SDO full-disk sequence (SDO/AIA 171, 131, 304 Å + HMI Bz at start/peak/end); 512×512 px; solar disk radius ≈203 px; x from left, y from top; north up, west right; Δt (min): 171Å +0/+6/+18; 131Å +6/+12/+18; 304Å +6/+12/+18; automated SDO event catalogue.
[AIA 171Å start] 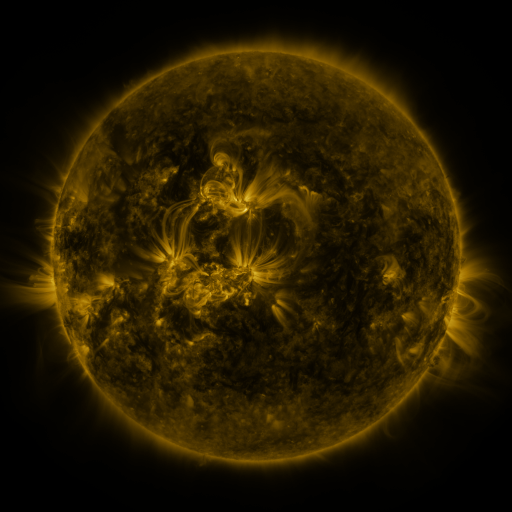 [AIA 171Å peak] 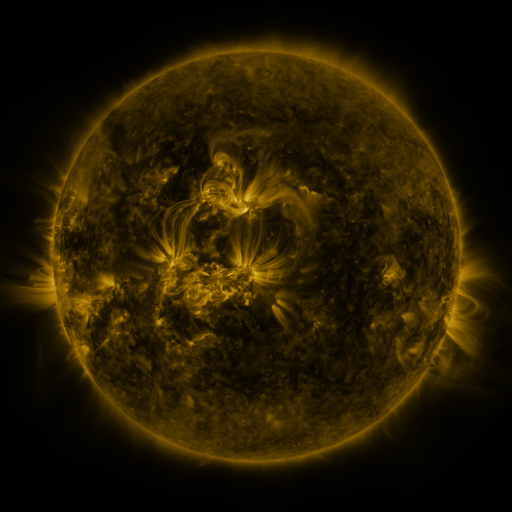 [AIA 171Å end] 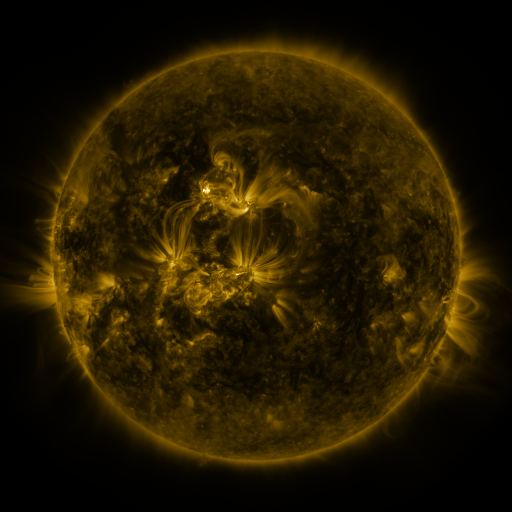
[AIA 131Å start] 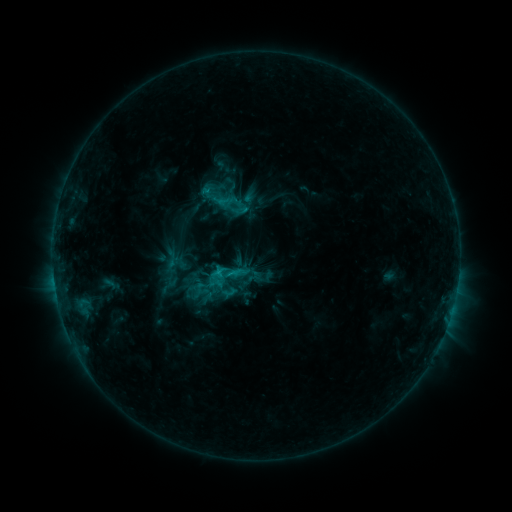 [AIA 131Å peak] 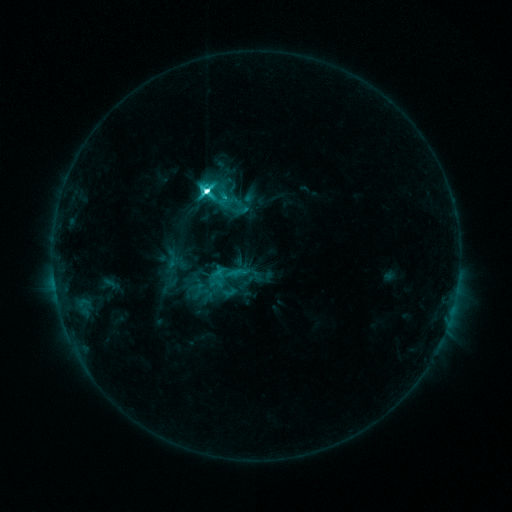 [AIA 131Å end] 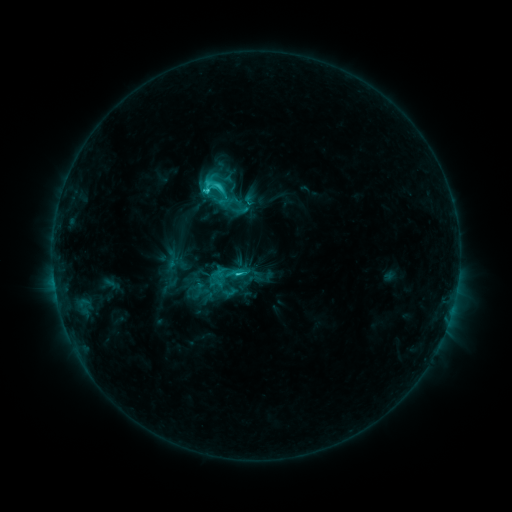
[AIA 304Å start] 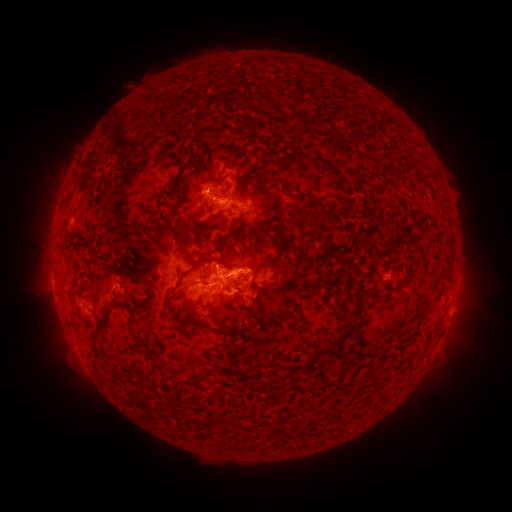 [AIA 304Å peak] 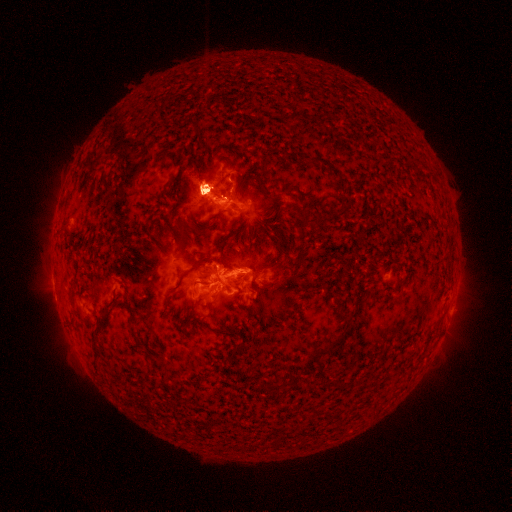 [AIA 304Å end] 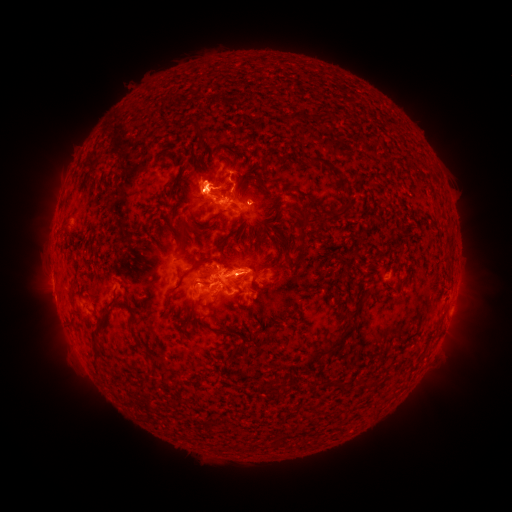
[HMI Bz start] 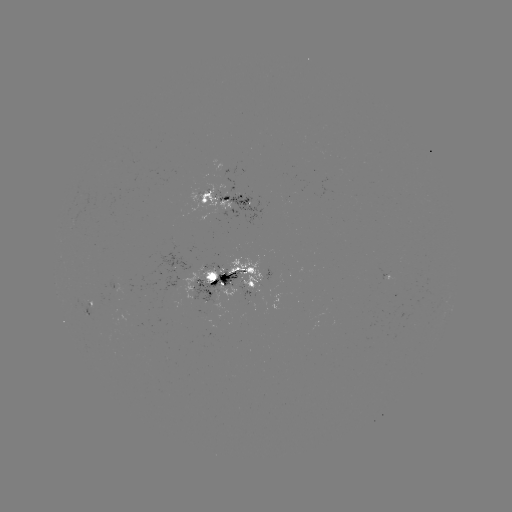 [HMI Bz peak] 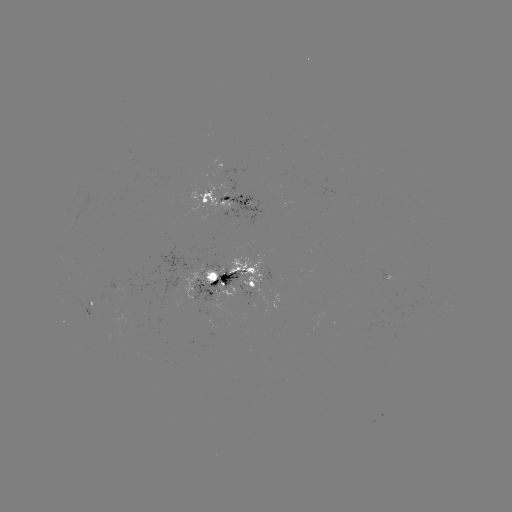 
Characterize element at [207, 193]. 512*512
M1.3 flare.